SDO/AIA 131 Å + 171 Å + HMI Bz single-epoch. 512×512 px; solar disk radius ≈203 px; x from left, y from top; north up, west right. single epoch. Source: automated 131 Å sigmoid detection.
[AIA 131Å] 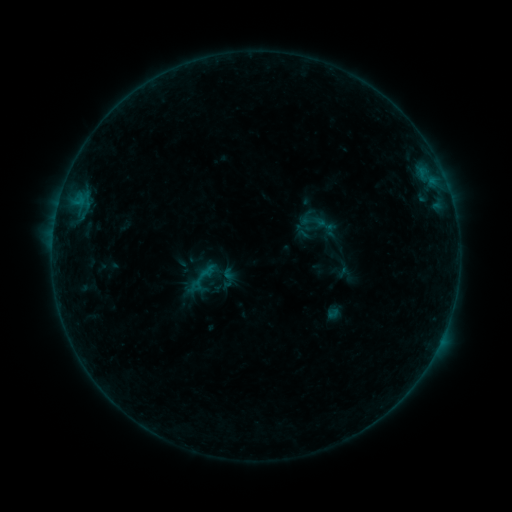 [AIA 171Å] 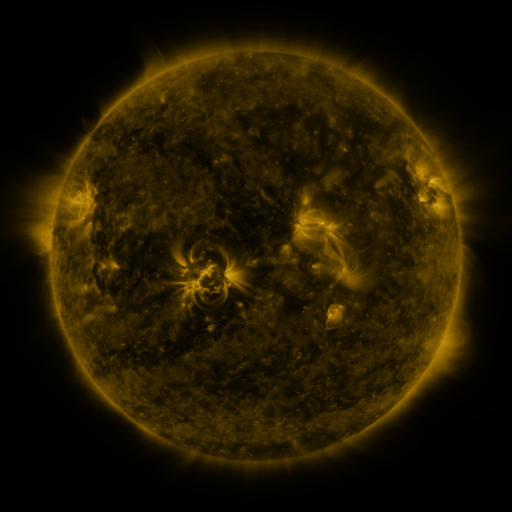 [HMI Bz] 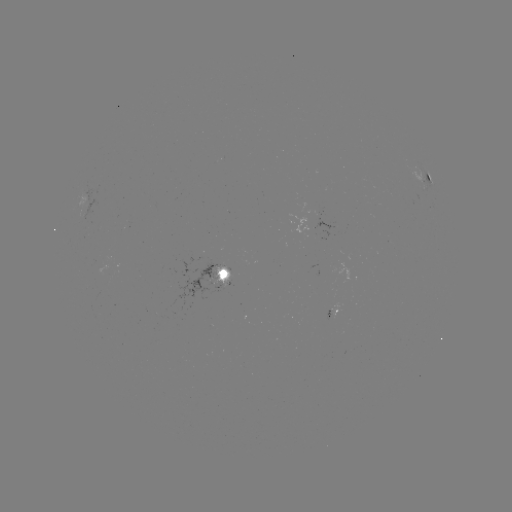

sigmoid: <bbox>313, 213, 337, 236</bbox>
